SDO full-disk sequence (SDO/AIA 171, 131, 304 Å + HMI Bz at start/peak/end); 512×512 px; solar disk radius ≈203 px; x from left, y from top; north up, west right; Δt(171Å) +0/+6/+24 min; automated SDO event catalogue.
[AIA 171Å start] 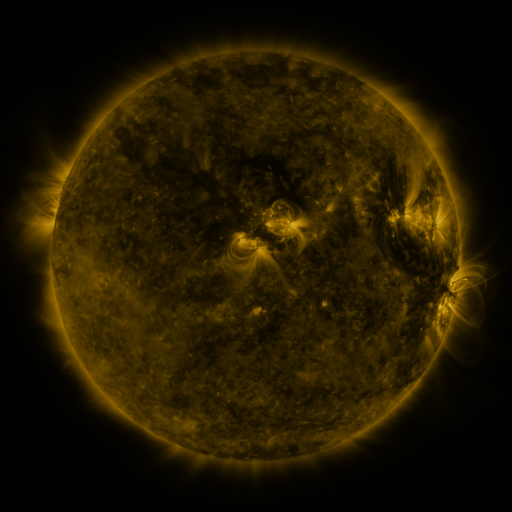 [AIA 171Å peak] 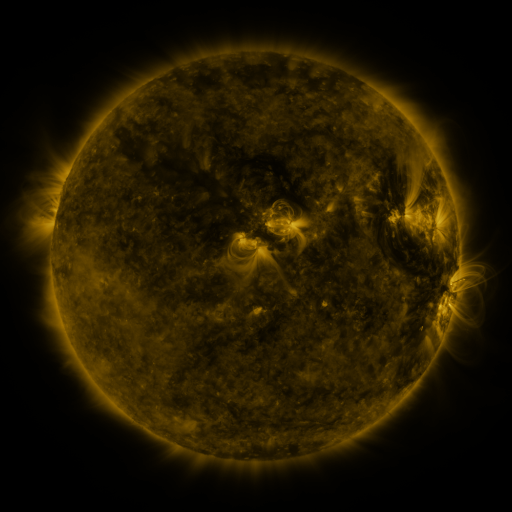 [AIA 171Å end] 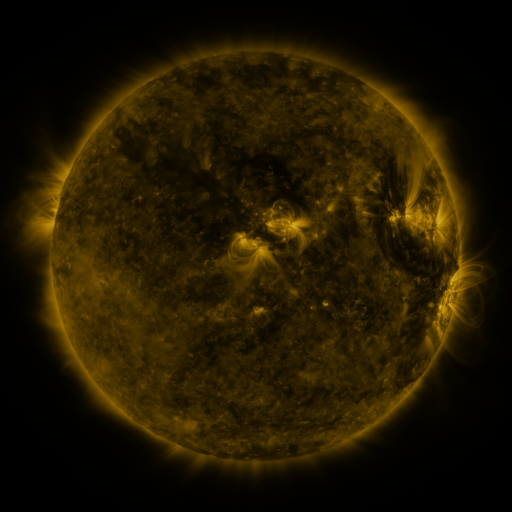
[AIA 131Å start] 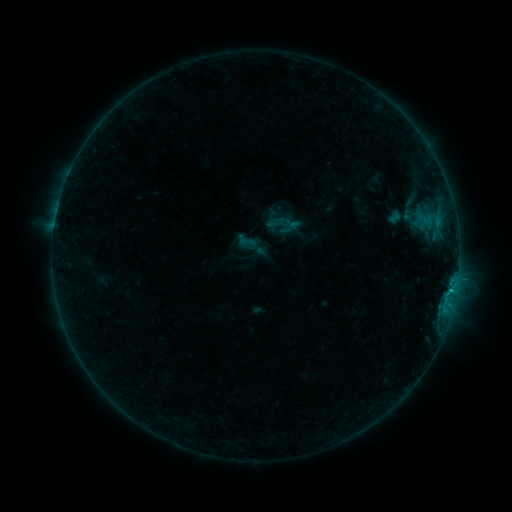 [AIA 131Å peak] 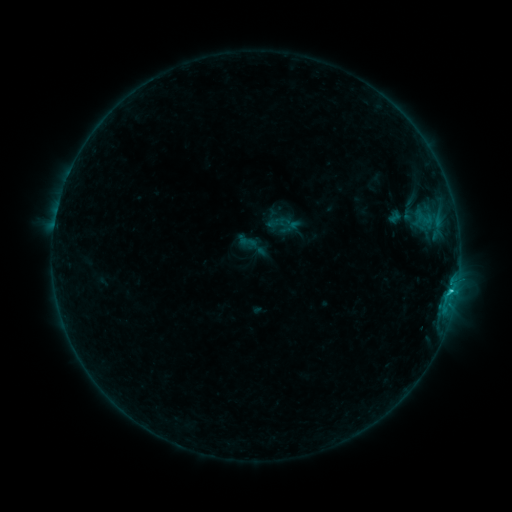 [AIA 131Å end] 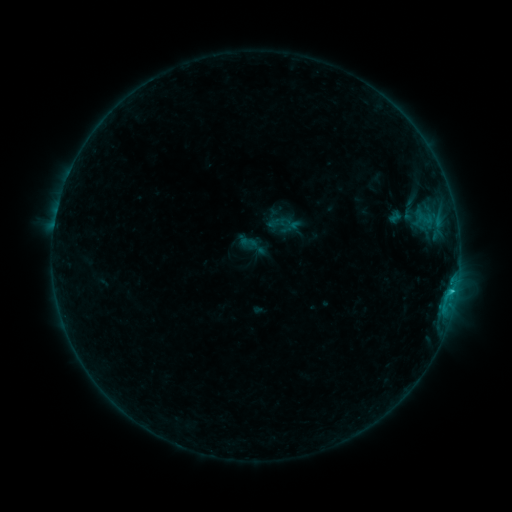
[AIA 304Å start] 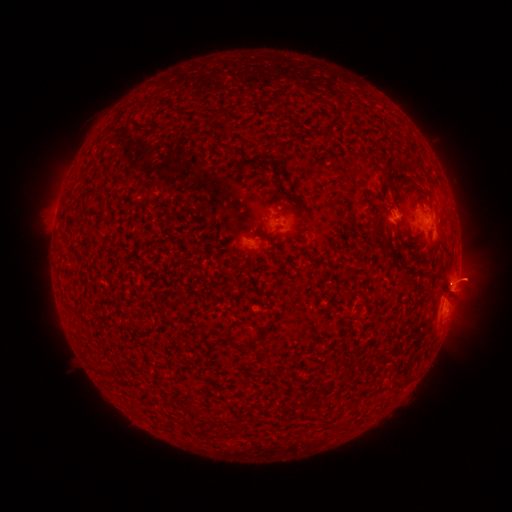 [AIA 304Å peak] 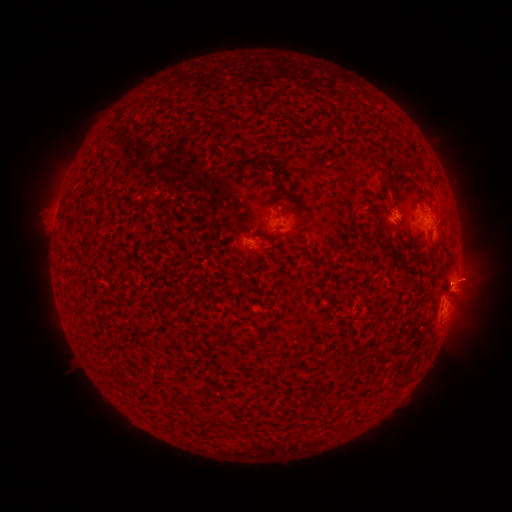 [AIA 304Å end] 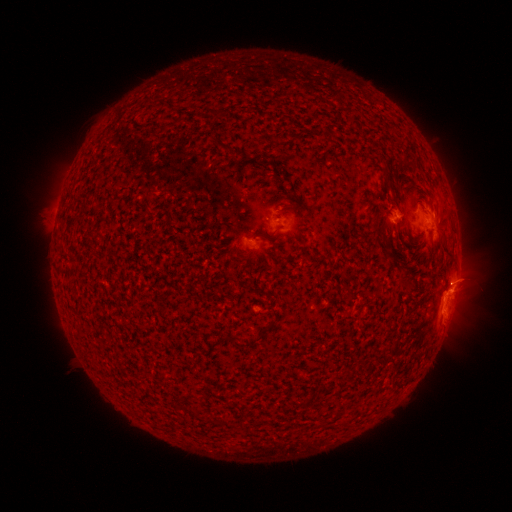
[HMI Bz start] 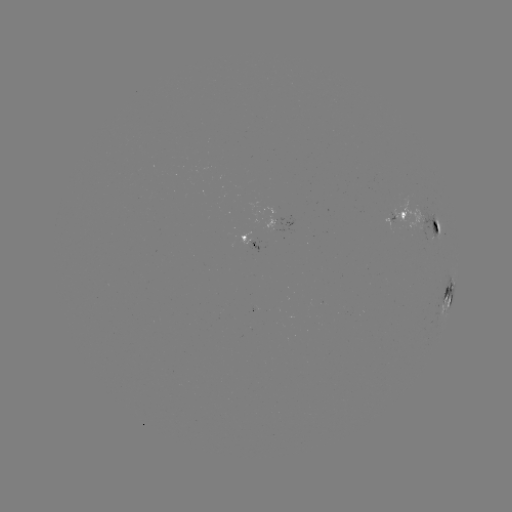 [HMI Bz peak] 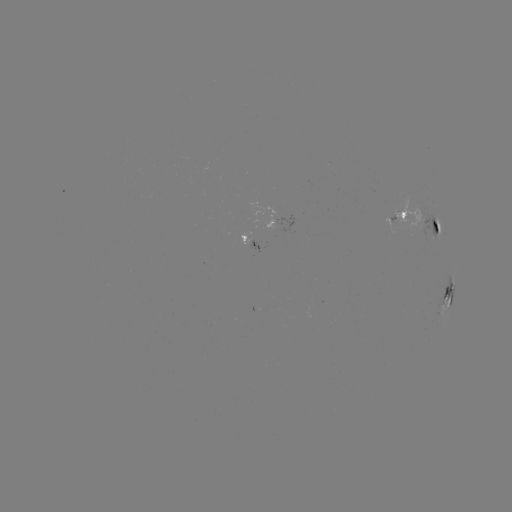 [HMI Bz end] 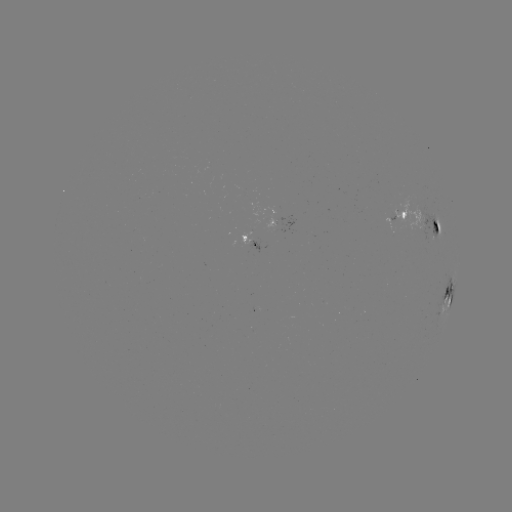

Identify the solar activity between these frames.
C1.5 flare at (450, 290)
